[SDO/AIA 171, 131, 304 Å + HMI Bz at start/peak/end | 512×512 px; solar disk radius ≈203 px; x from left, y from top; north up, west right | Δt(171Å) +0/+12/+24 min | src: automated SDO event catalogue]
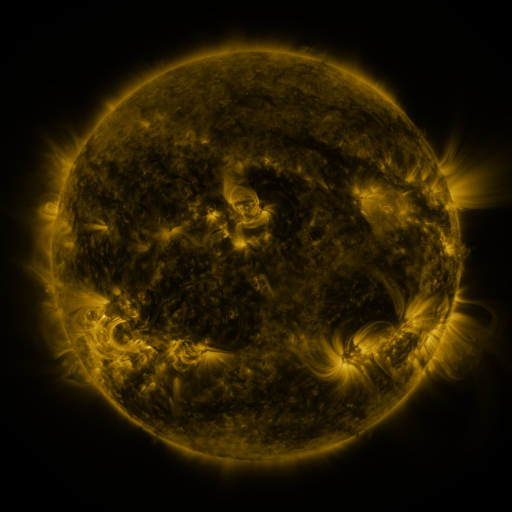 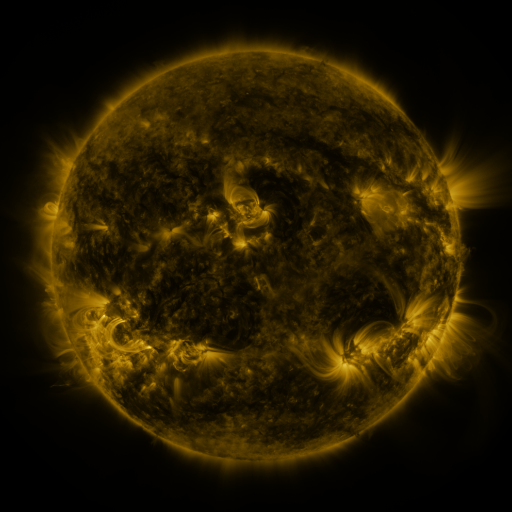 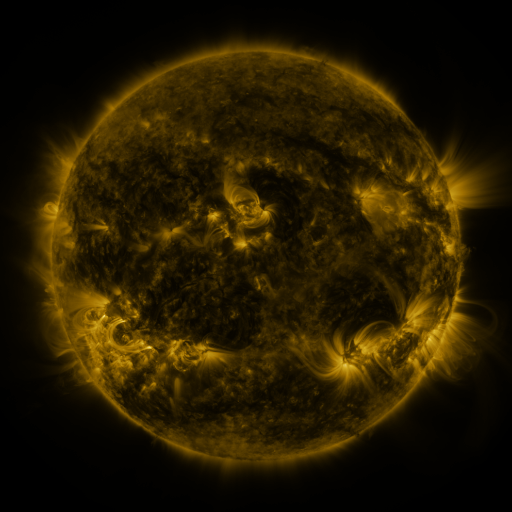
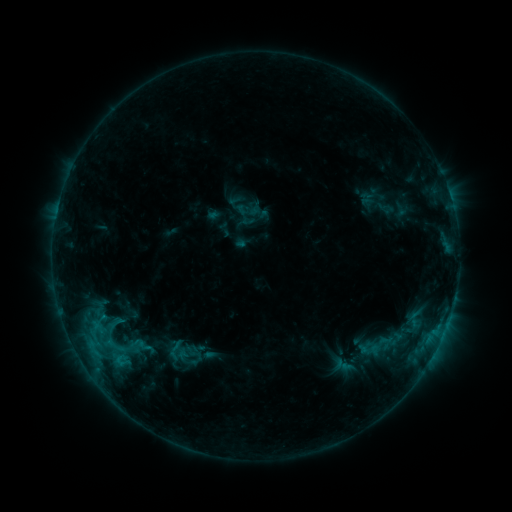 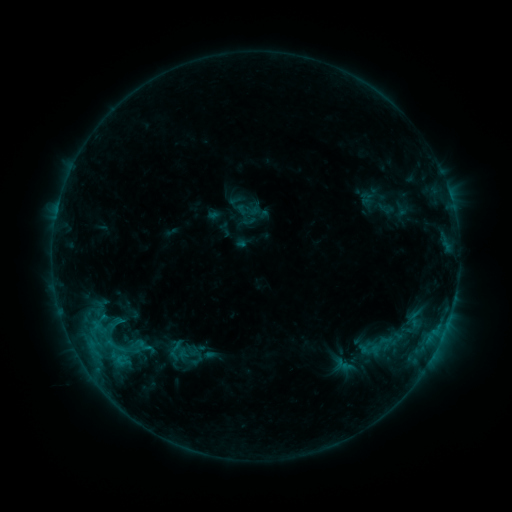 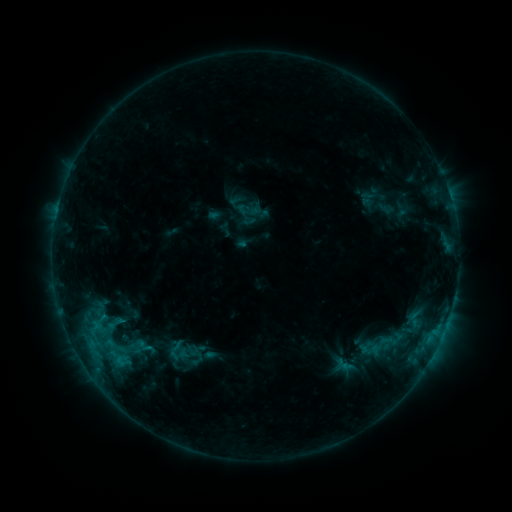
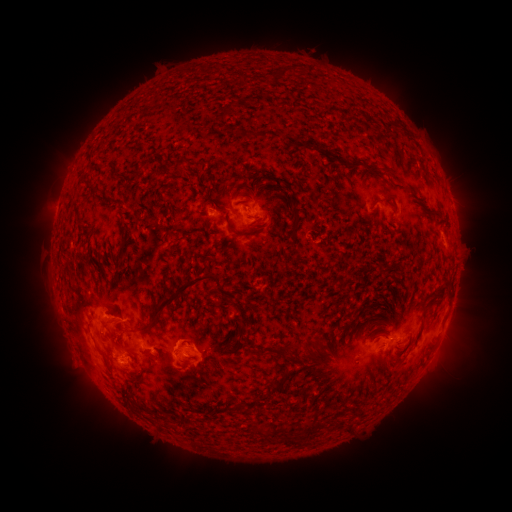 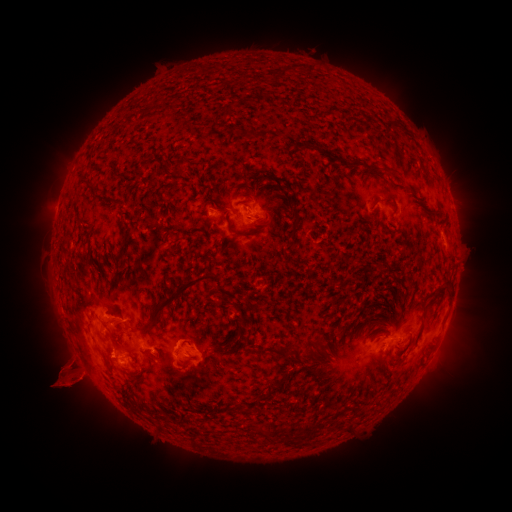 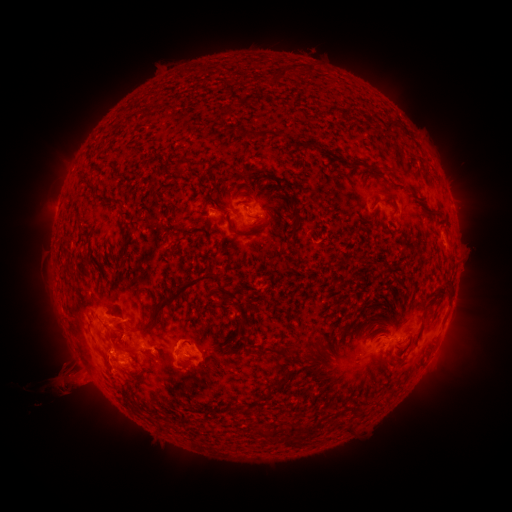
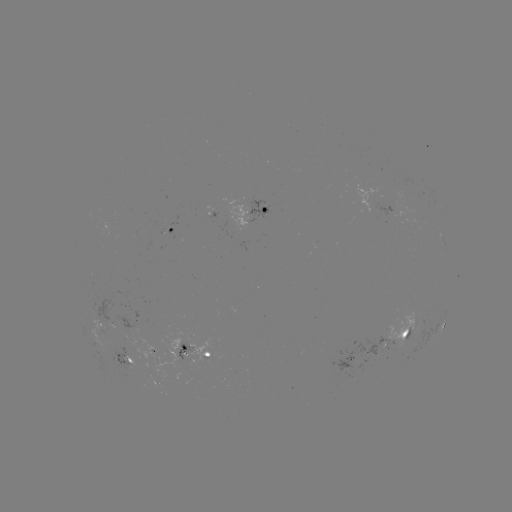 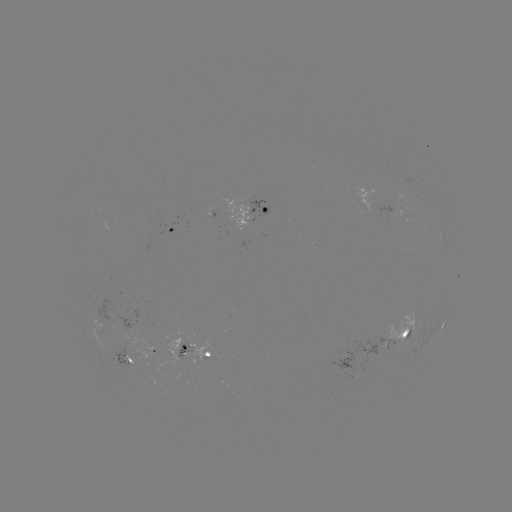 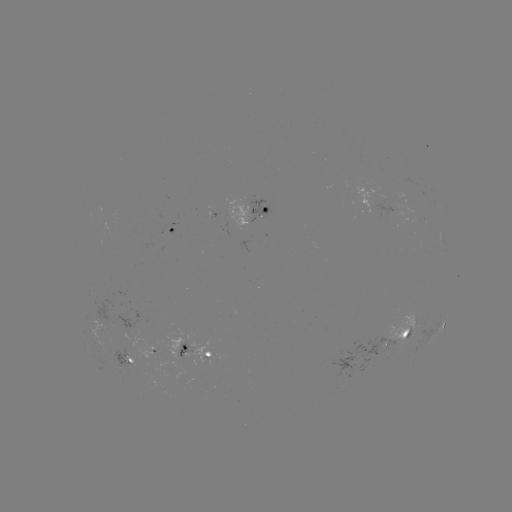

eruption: (28, 311, 132, 418)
